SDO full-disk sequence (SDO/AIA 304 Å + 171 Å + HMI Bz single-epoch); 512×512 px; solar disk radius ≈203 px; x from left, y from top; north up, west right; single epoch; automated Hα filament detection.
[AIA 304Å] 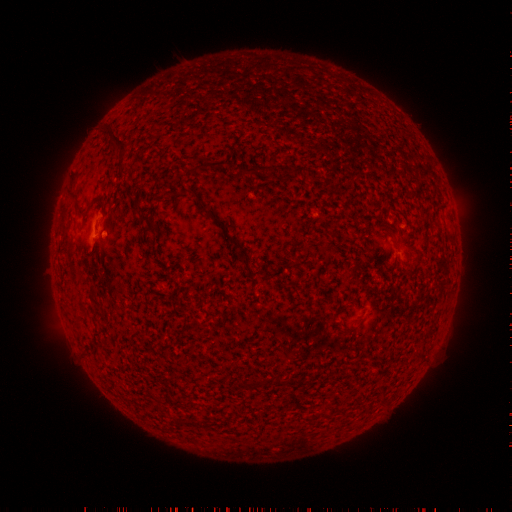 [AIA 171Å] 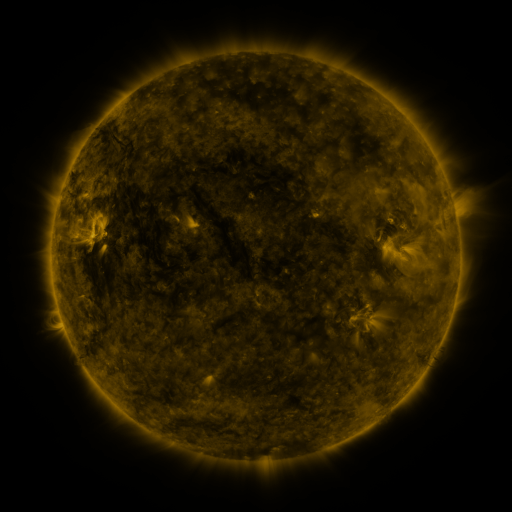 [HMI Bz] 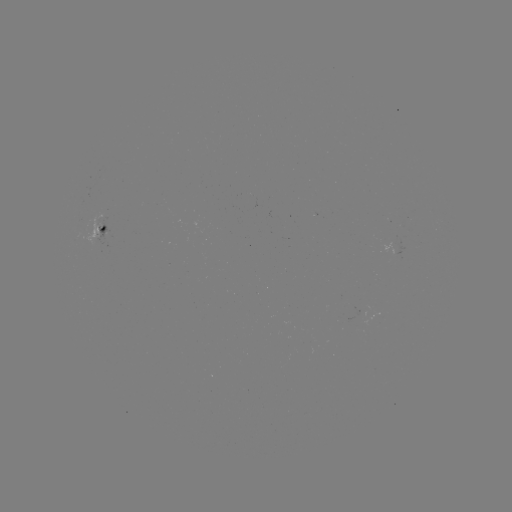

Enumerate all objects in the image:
filament: <bbox>109, 128, 129, 153</bbox>
filament: <bbox>193, 159, 228, 173</bbox>
filament: <bbox>244, 163, 264, 175</bbox>
filament: <bbox>89, 196, 102, 207</bbox>
filament: <bbox>203, 207, 225, 227</bbox>
filament: <bbox>139, 211, 157, 230</bbox>
filament: <bbox>99, 222, 107, 231</bbox>
filament: <bbox>225, 232, 242, 248</bbox>
filament: <bbox>267, 264, 286, 279</bbox>
filament: <bbox>251, 269, 262, 277</bbox>
filament: <bbox>274, 373, 281, 384</bbox>
